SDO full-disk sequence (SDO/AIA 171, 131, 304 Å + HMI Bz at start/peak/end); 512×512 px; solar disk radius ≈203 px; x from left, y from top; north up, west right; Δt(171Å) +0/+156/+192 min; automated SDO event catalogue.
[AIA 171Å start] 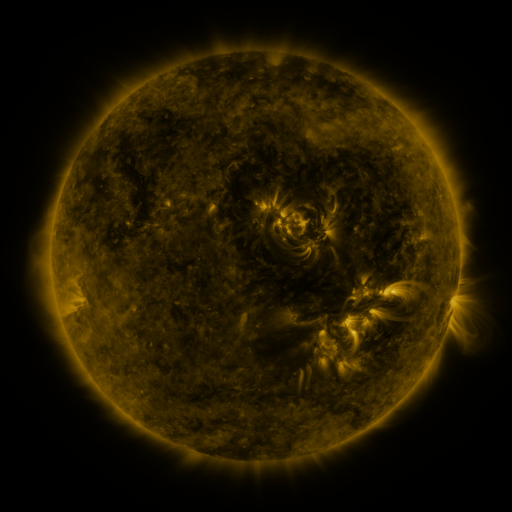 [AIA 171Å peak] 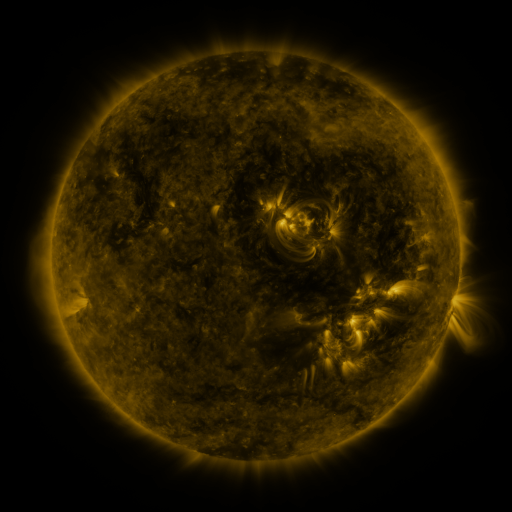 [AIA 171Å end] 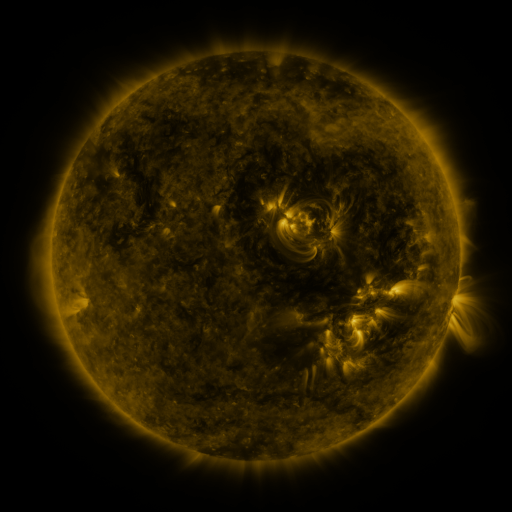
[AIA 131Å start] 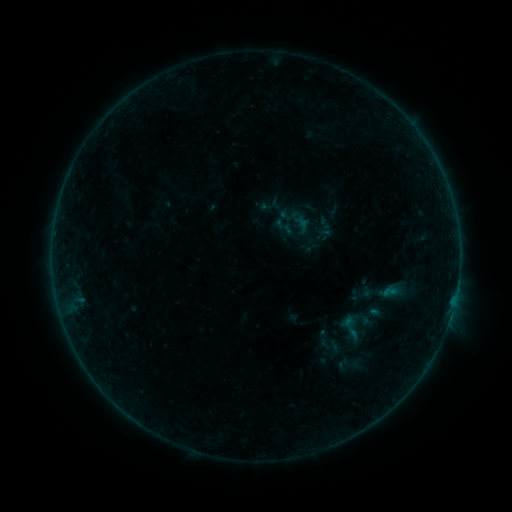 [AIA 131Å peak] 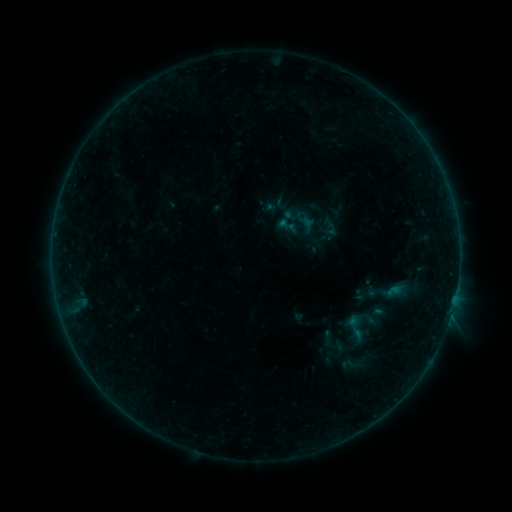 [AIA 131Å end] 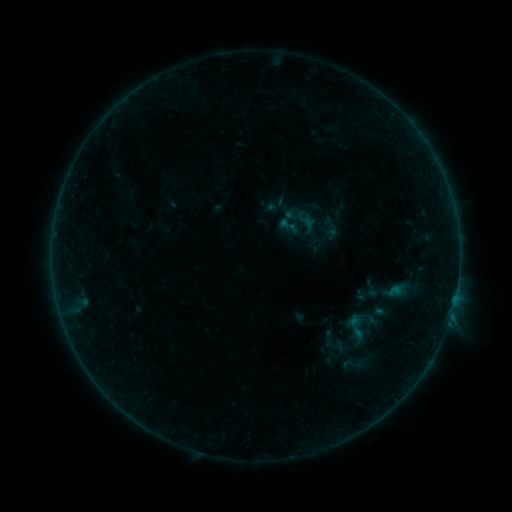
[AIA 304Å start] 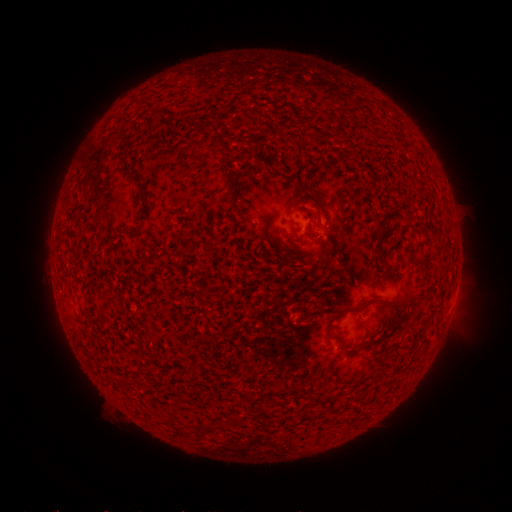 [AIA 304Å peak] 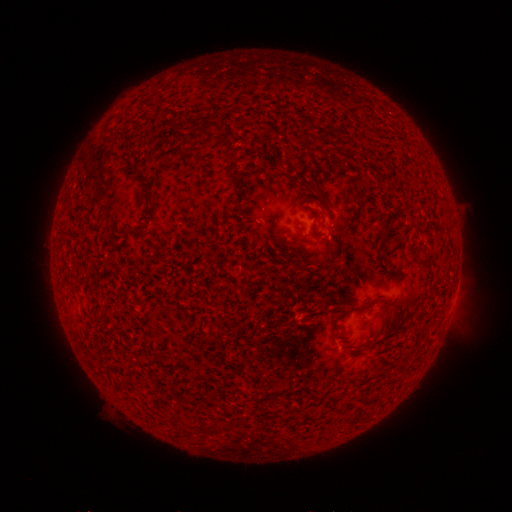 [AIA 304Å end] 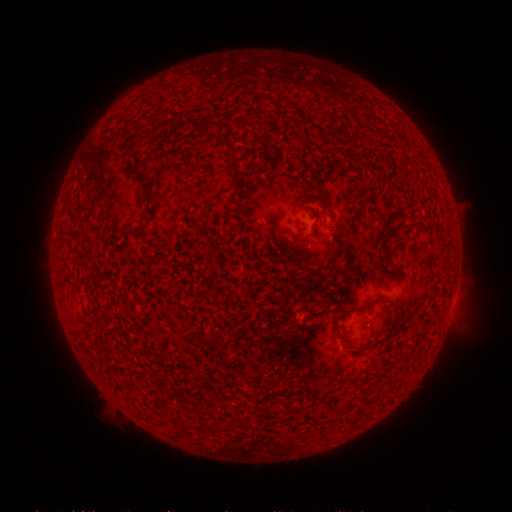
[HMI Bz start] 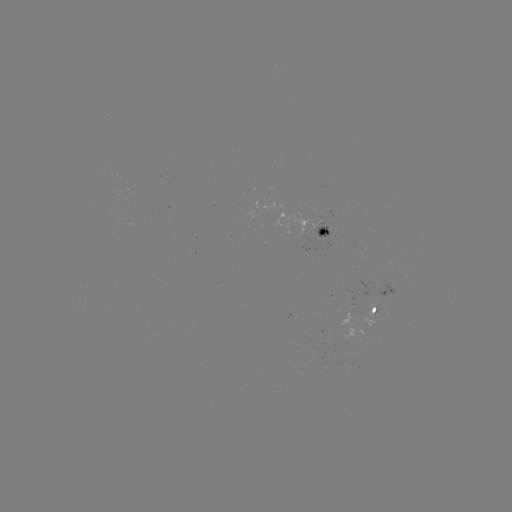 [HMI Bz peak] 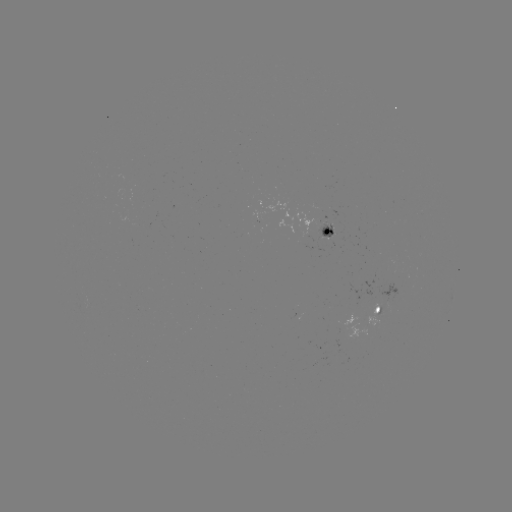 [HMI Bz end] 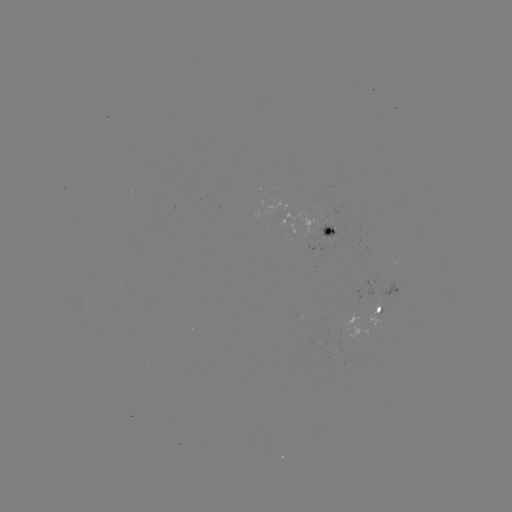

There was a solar emerging-flux region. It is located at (323, 229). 